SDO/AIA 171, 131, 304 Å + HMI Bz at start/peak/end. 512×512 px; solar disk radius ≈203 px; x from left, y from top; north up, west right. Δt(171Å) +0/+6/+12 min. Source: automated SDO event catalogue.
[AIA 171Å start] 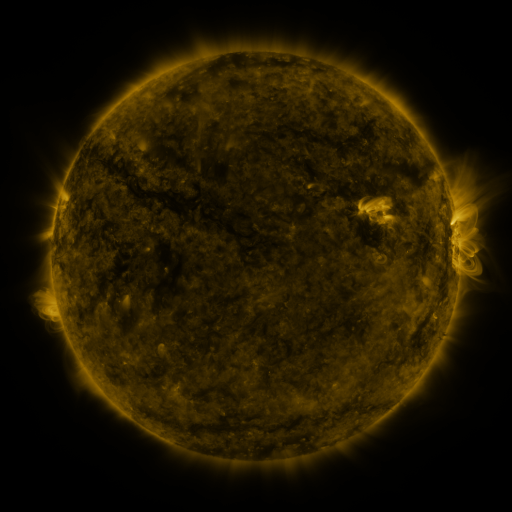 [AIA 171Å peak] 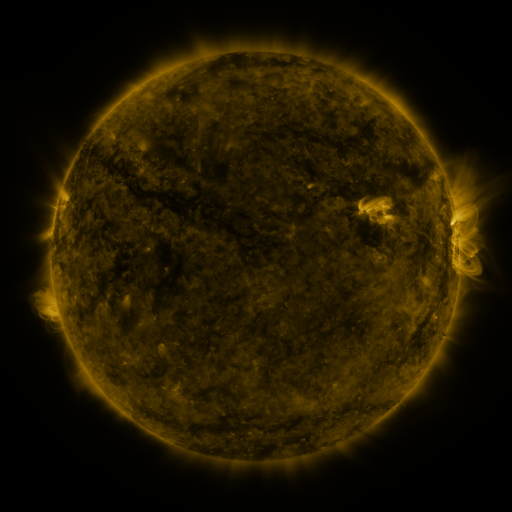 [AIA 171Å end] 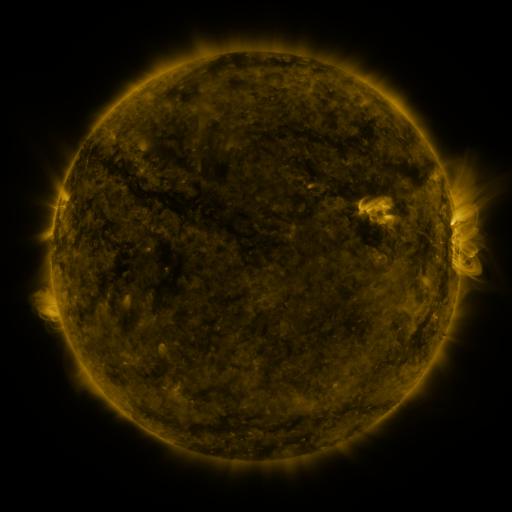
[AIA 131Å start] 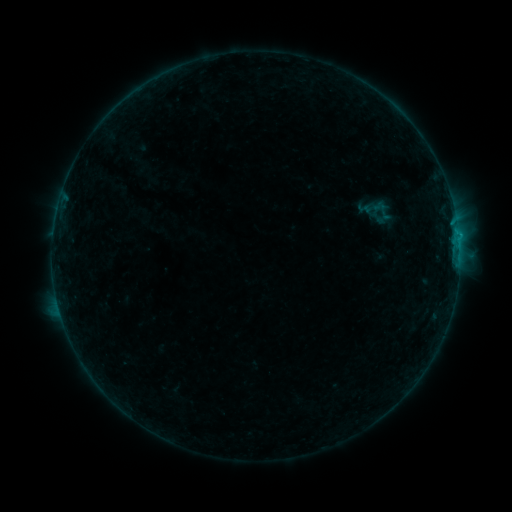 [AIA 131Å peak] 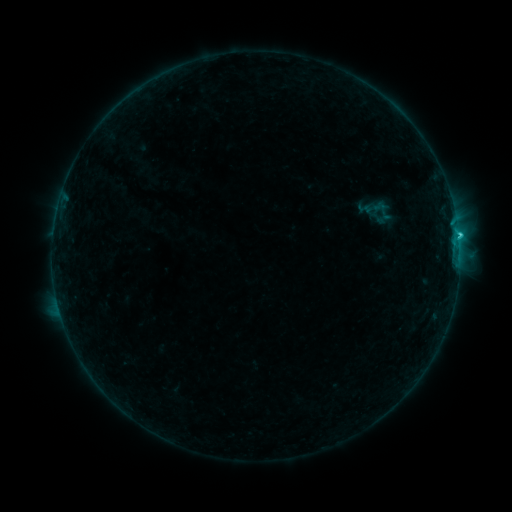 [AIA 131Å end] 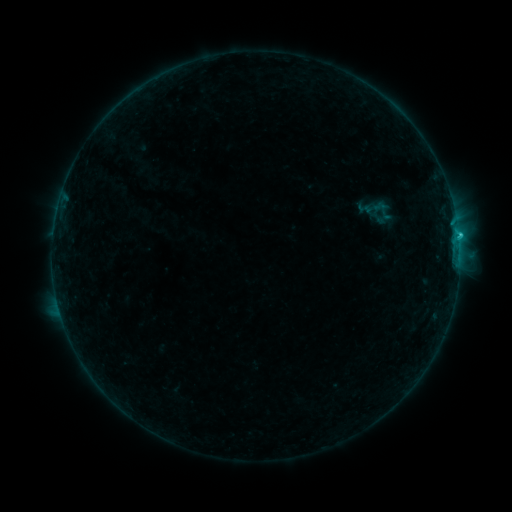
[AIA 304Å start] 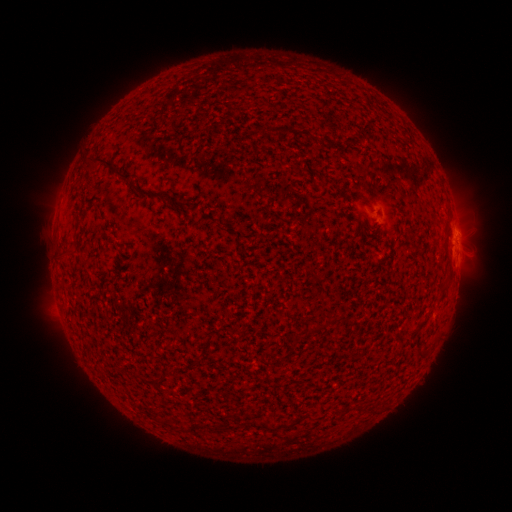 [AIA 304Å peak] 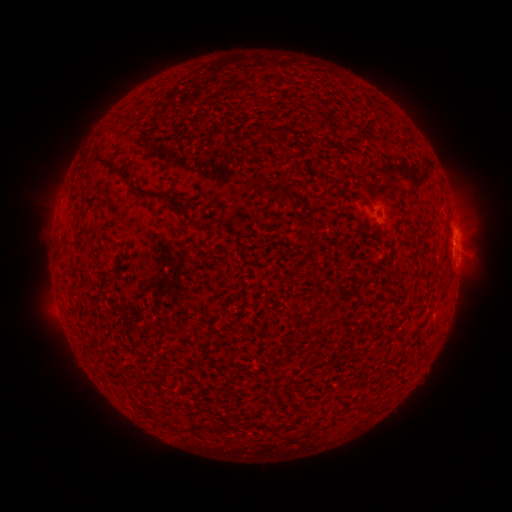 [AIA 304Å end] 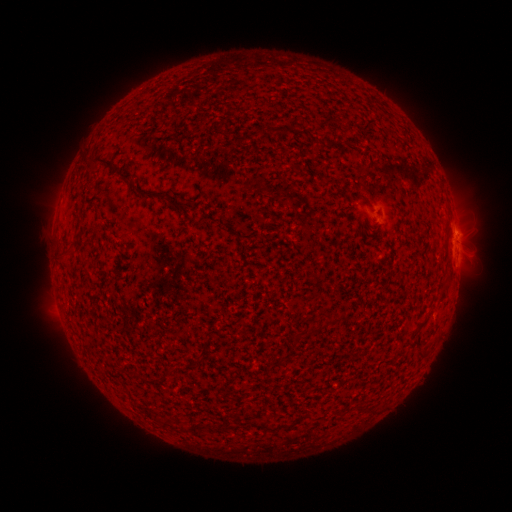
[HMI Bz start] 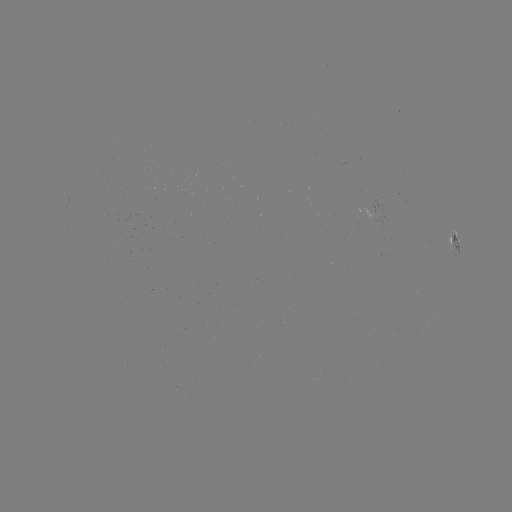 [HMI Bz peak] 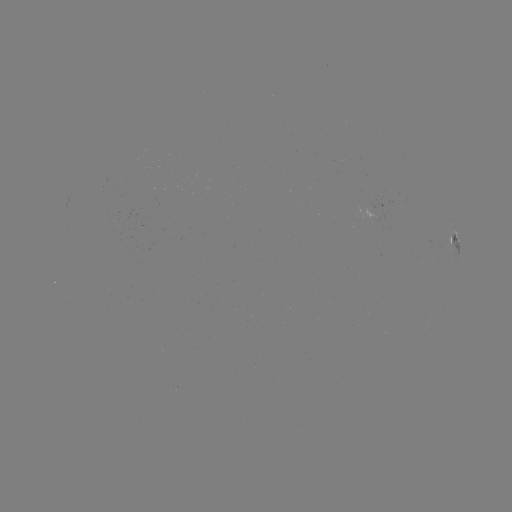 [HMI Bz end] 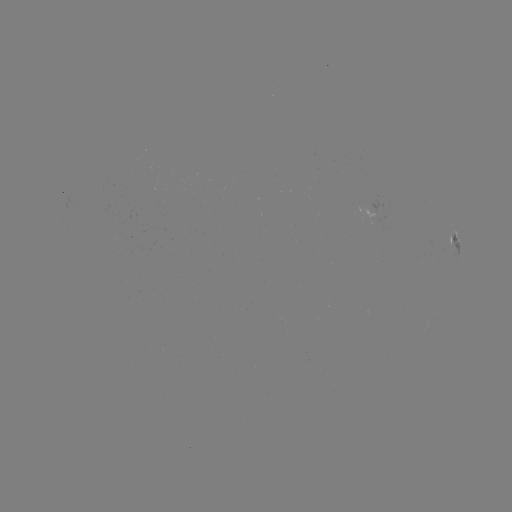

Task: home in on C1.3 flare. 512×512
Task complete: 458,238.